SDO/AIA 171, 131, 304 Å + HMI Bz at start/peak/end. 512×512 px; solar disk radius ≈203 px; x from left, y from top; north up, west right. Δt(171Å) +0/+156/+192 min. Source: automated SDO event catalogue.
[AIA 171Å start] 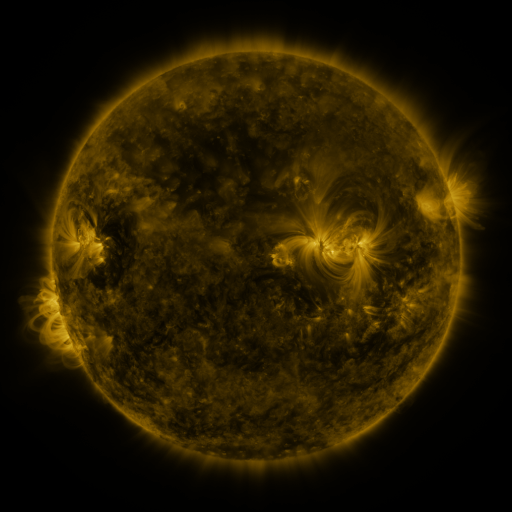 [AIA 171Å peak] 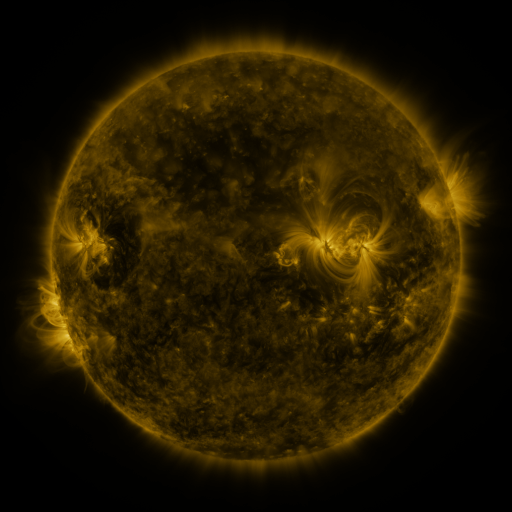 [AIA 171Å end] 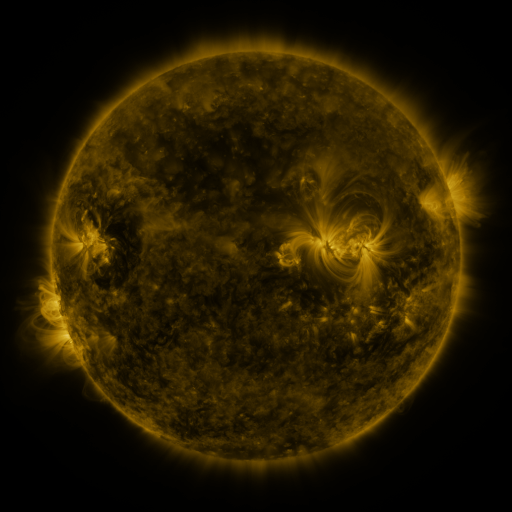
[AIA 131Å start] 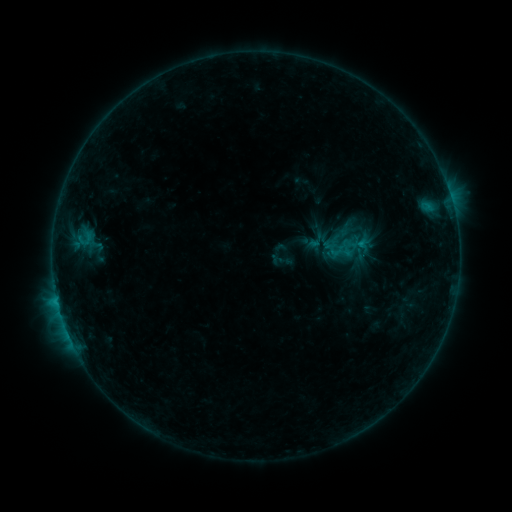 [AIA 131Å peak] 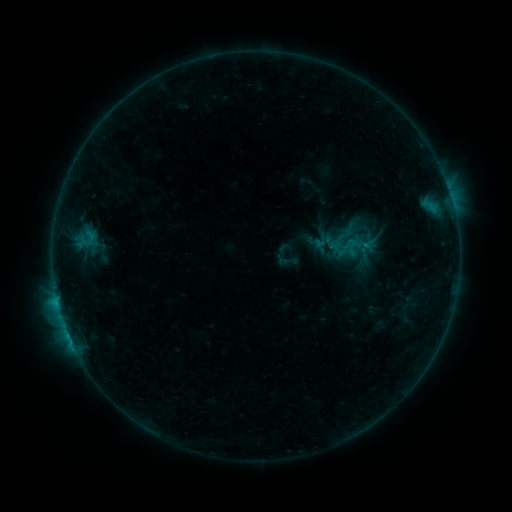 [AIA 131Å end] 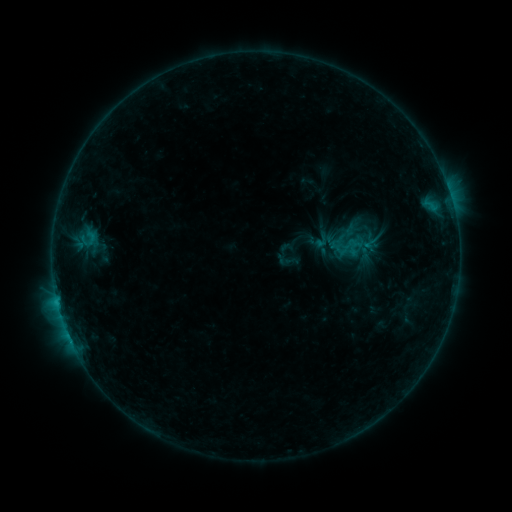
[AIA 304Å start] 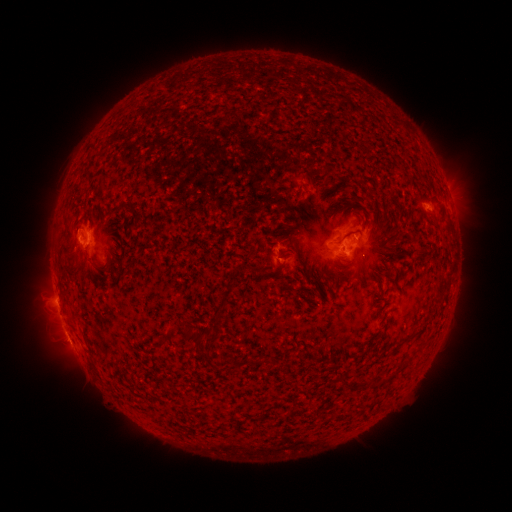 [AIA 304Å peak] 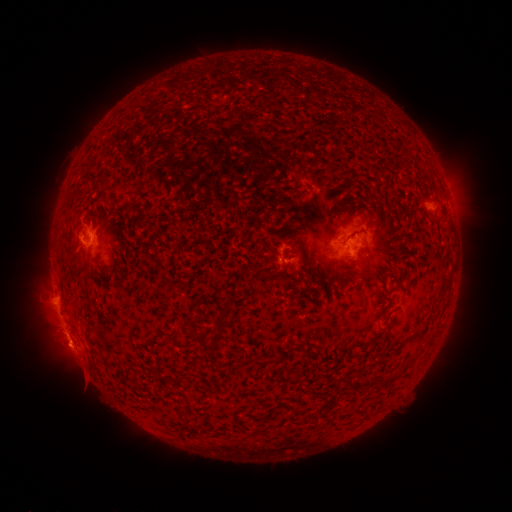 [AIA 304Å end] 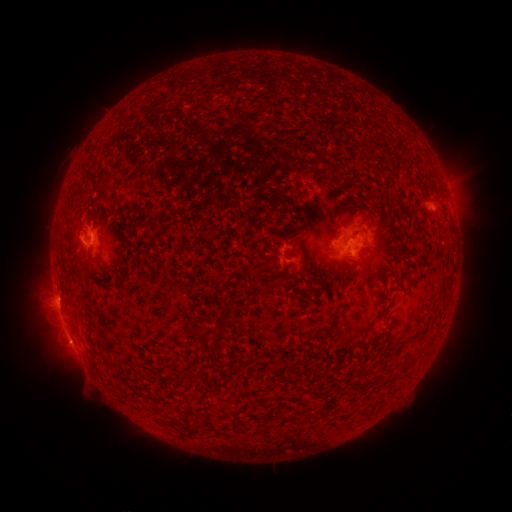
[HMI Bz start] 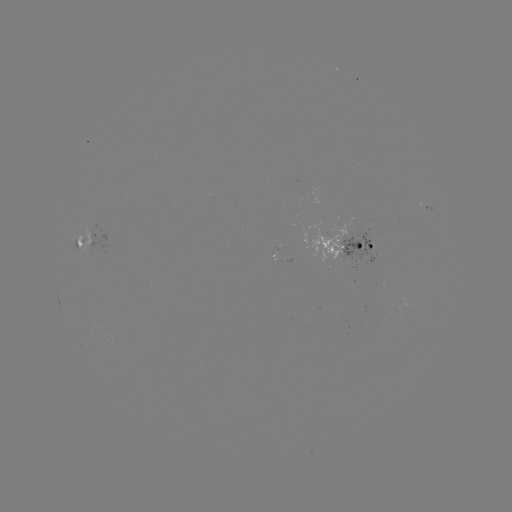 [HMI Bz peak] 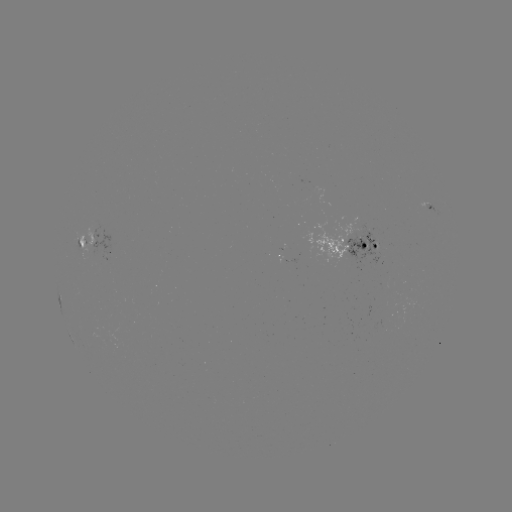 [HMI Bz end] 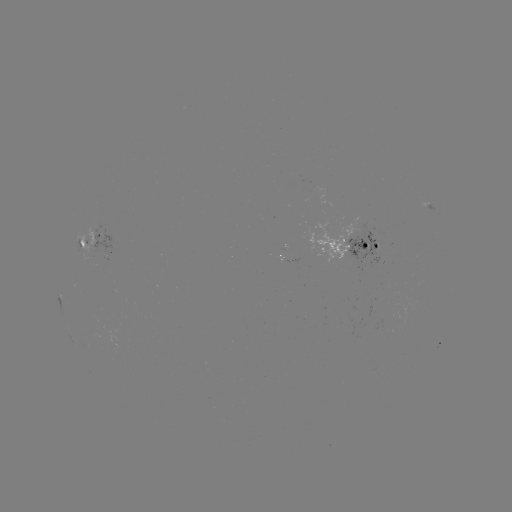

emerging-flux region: [79, 225, 95, 264]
